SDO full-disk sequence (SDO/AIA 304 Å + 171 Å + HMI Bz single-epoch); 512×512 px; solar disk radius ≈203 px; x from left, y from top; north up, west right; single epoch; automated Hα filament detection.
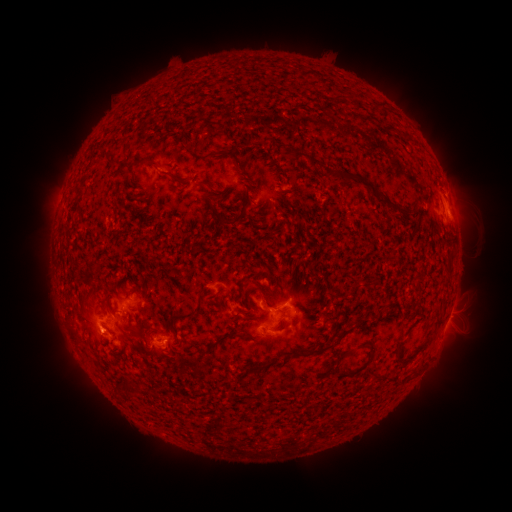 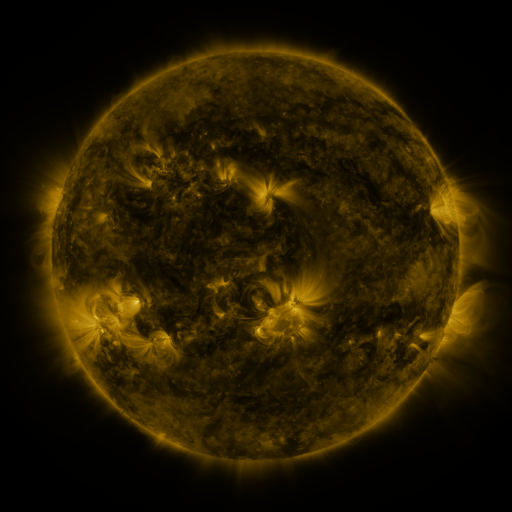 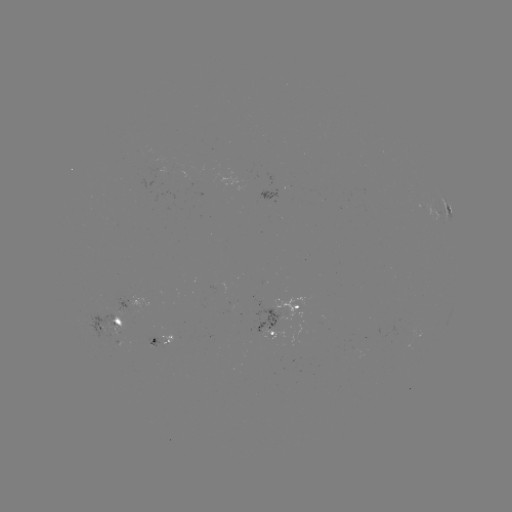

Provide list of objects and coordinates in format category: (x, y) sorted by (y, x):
filament: (360, 117)
filament: (387, 127)
filament: (404, 134)
filament: (188, 146)
filament: (124, 152)
filament: (301, 154)
filament: (145, 161)
filament: (109, 163)
filament: (331, 171)
filament: (276, 175)
filament: (350, 175)
filament: (169, 176)
filament: (205, 184)
filament: (388, 200)
filament: (234, 221)
filament: (69, 235)
filament: (257, 288)
filament: (87, 297)
filament: (182, 316)
filament: (440, 319)
filament: (138, 333)
filament: (248, 335)
filament: (220, 340)
filament: (371, 346)
filament: (399, 346)
filament: (323, 349)
filament: (349, 352)
filament: (143, 366)
filament: (262, 366)
filament: (125, 386)
filament: (252, 403)
